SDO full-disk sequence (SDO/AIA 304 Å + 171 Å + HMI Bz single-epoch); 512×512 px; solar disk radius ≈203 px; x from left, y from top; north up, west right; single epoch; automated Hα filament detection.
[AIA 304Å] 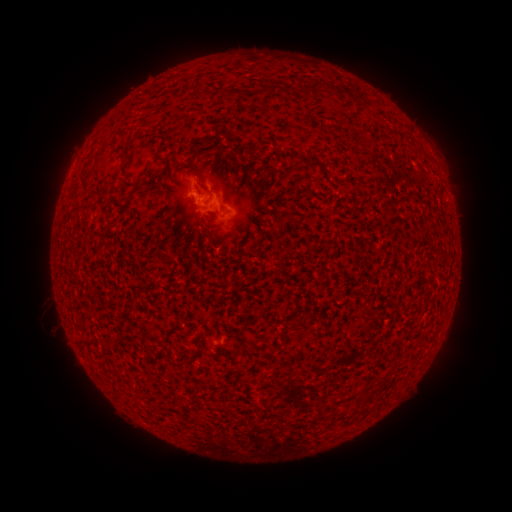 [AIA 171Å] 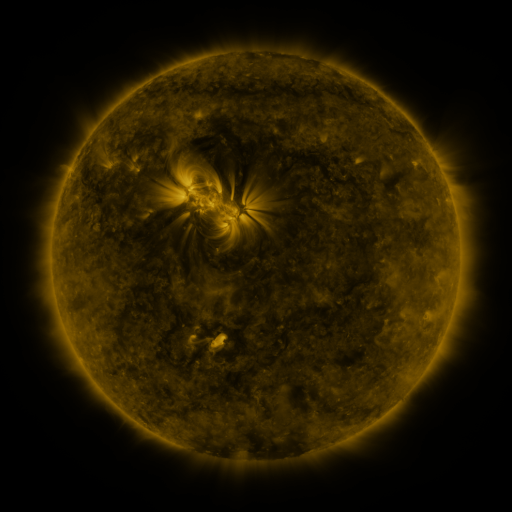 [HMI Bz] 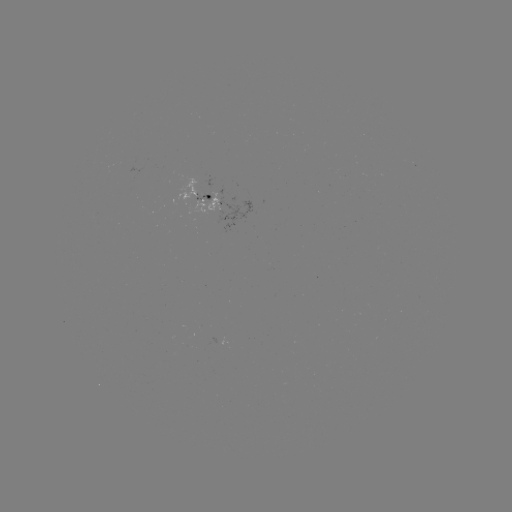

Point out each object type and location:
filament: (317, 87)
filament: (125, 151)
filament: (88, 187)
filament: (129, 198)
